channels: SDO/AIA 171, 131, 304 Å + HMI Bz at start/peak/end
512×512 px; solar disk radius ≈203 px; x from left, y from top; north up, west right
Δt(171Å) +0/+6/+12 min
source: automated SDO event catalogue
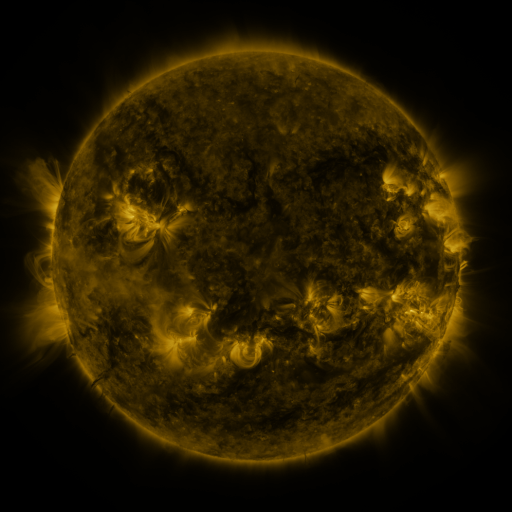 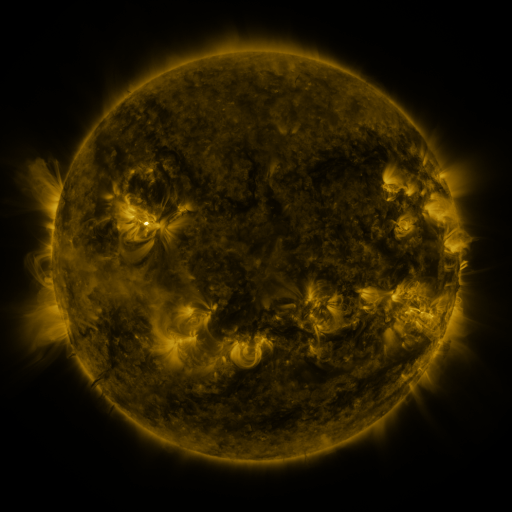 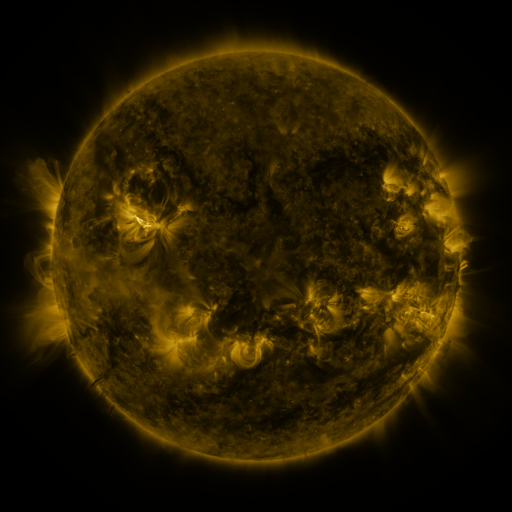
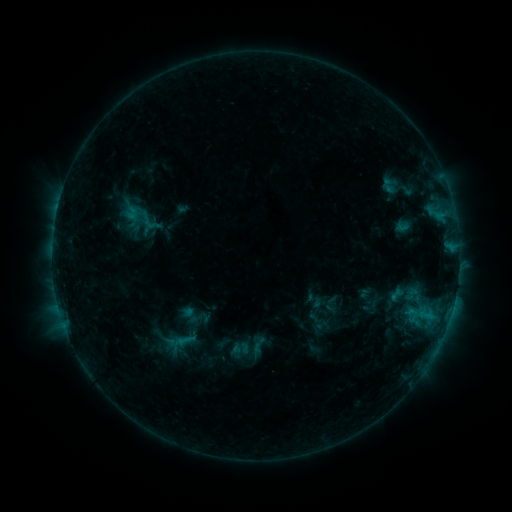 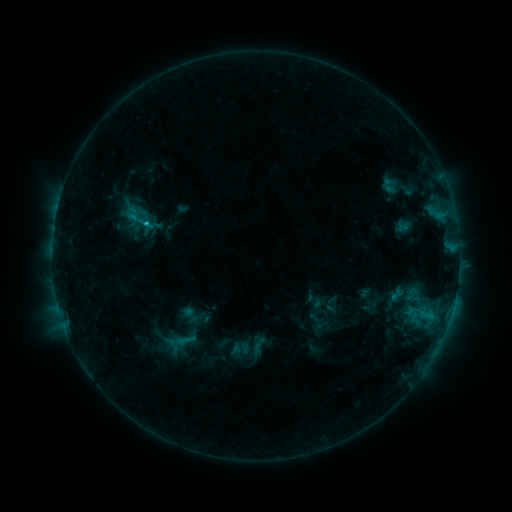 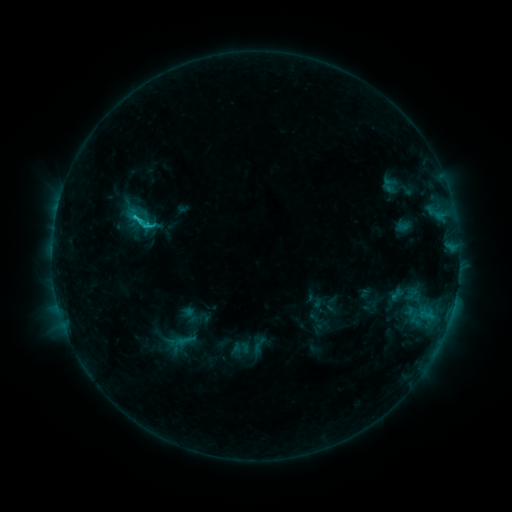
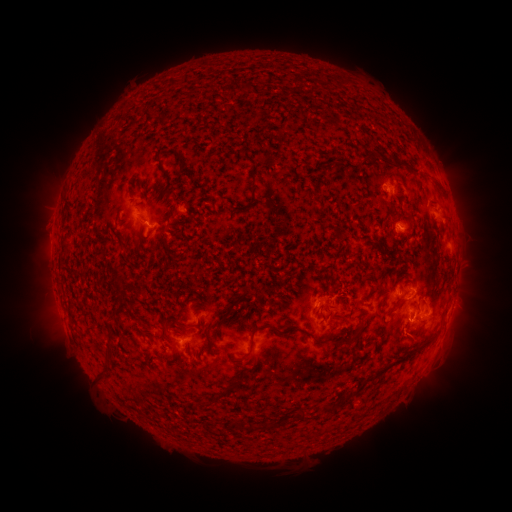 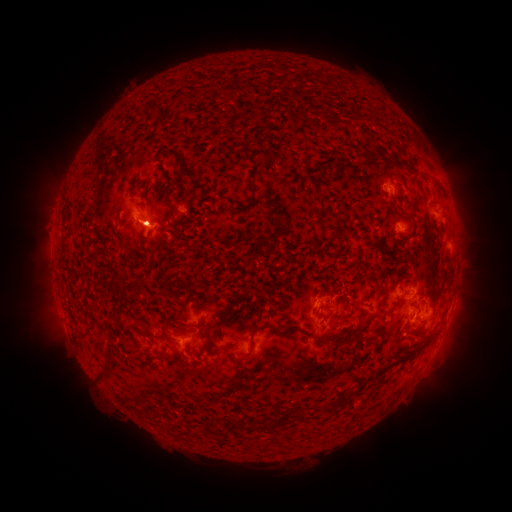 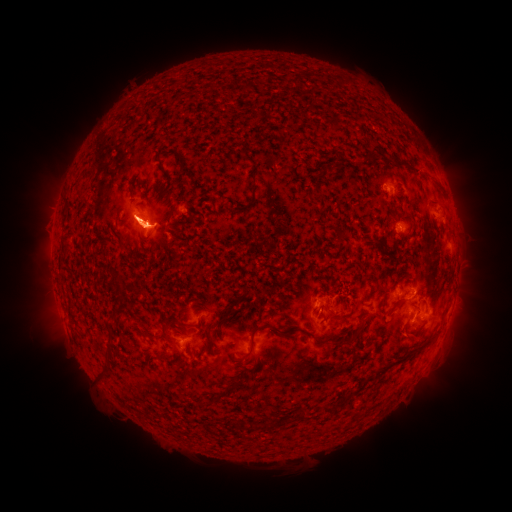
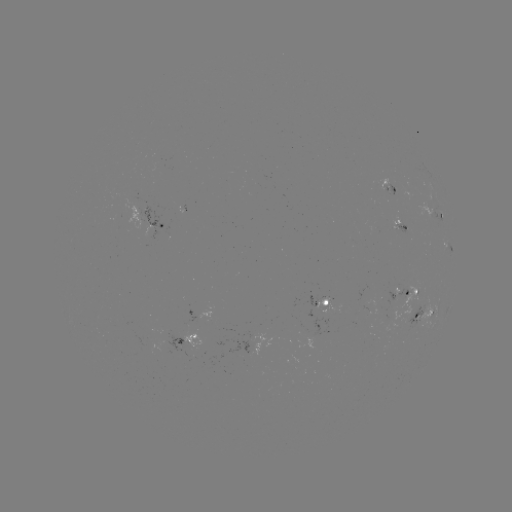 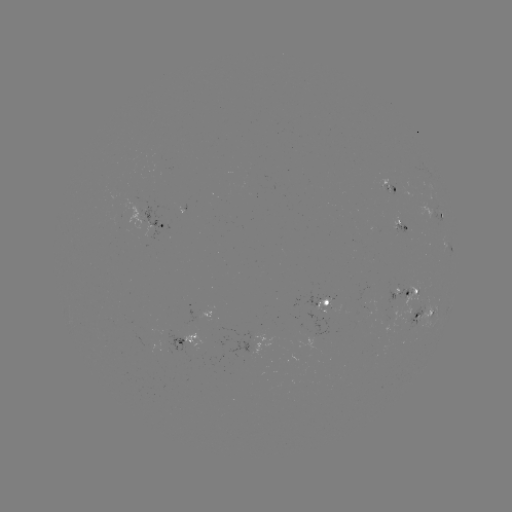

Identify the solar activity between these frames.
C1.4 flare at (148, 227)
